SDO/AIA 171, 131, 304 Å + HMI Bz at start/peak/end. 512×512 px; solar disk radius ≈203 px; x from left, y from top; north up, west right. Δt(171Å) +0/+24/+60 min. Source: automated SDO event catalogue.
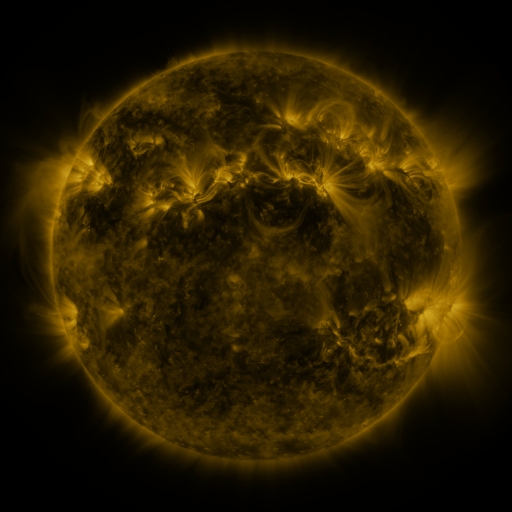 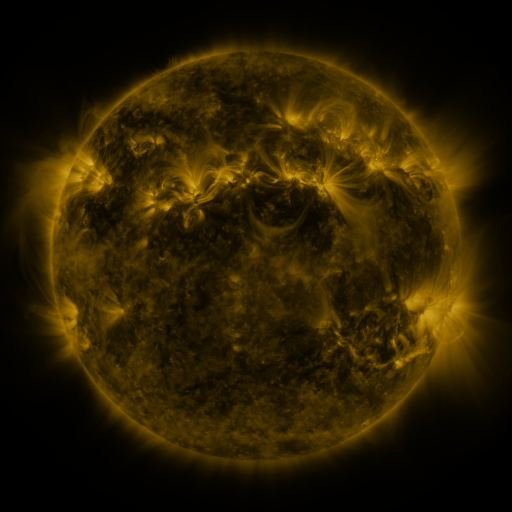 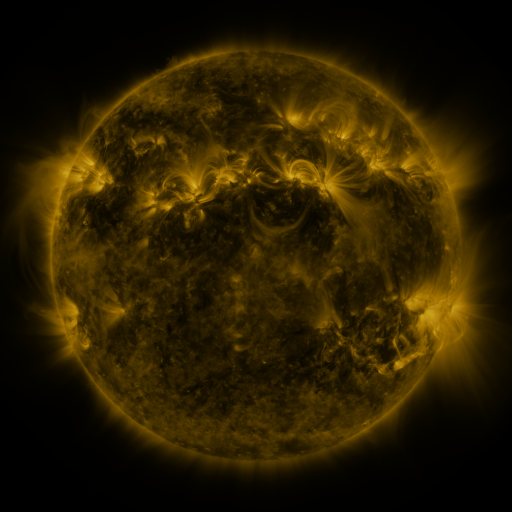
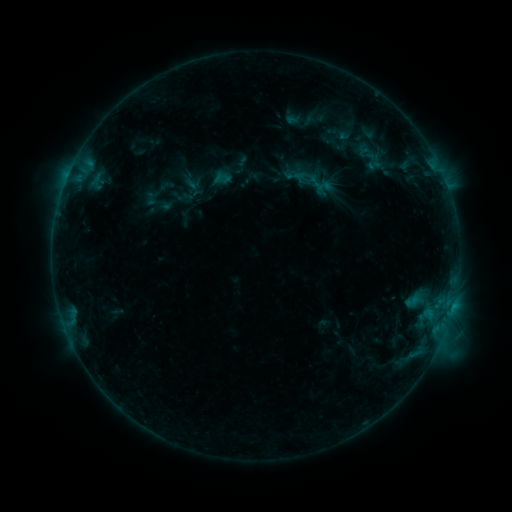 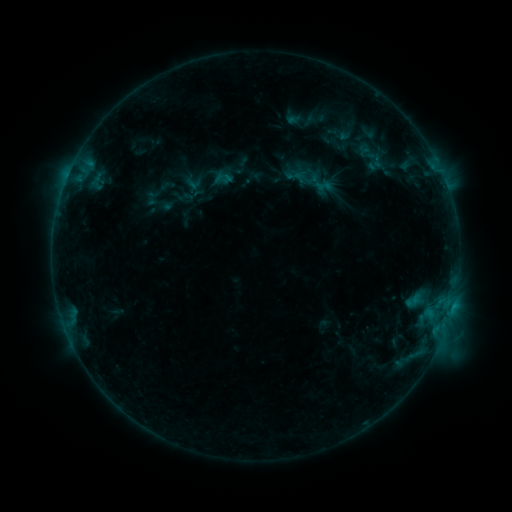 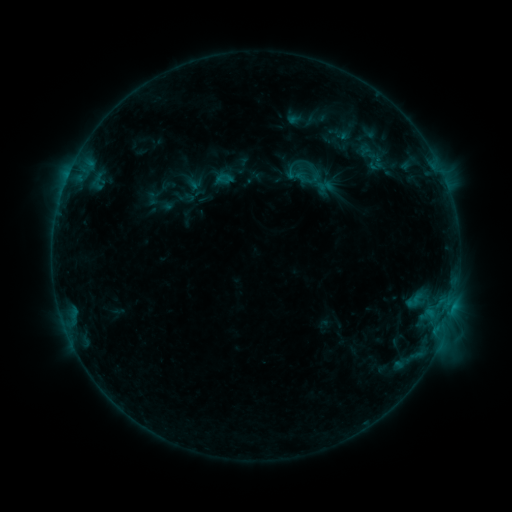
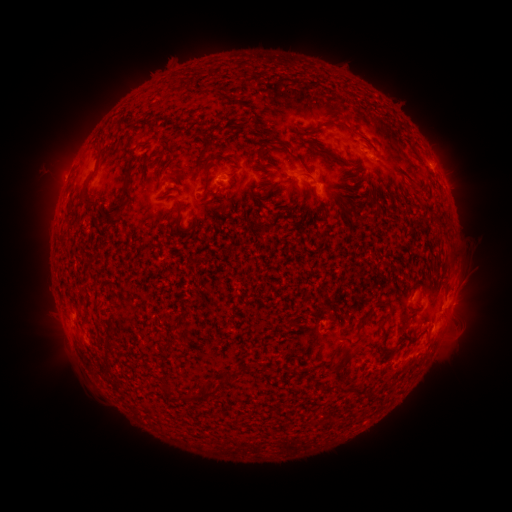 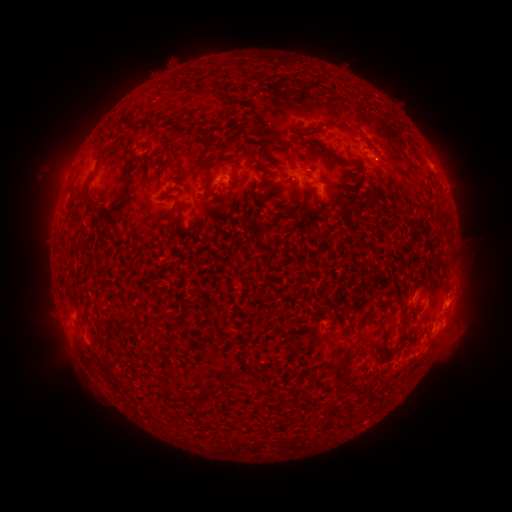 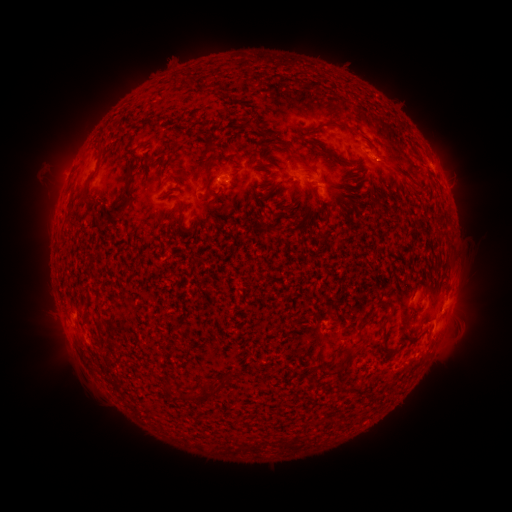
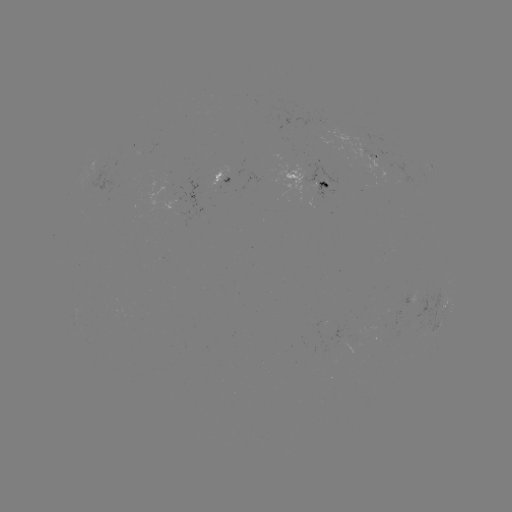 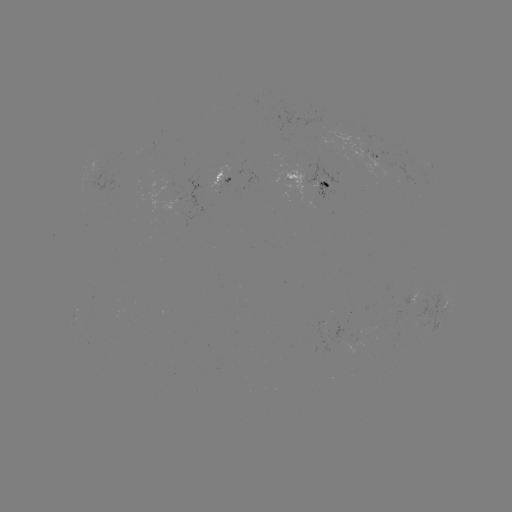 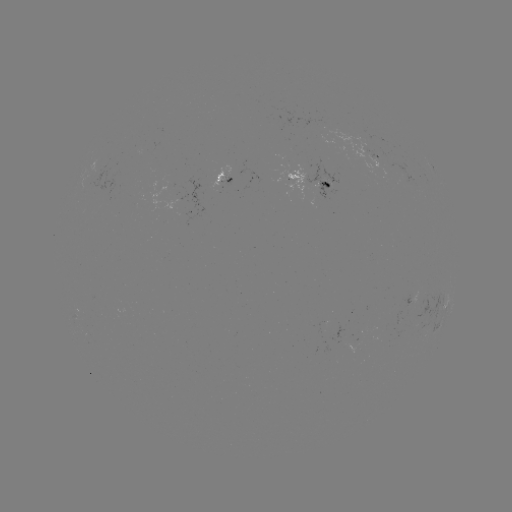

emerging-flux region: <bbox>349, 143, 371, 159</bbox>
